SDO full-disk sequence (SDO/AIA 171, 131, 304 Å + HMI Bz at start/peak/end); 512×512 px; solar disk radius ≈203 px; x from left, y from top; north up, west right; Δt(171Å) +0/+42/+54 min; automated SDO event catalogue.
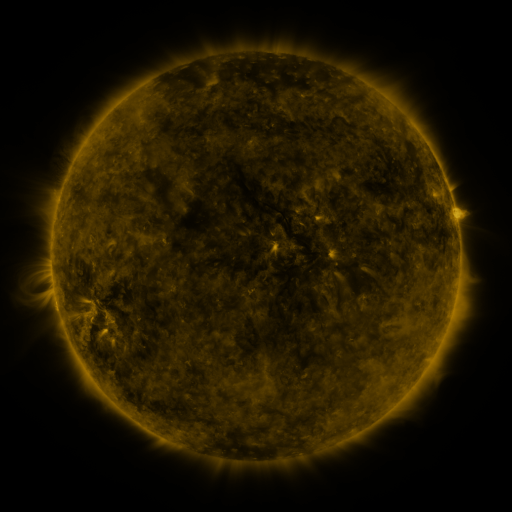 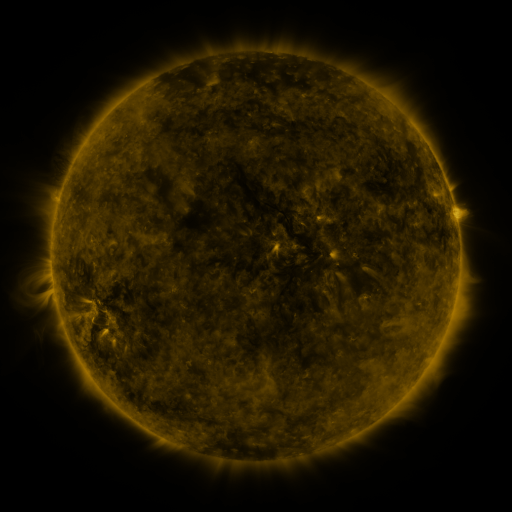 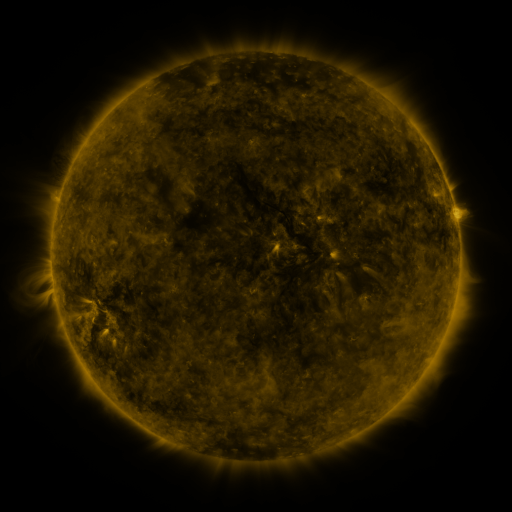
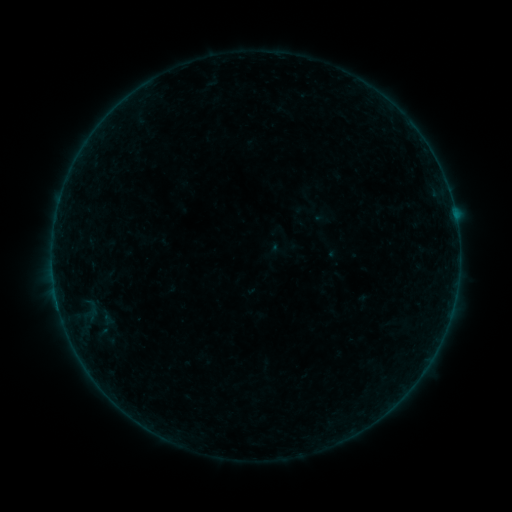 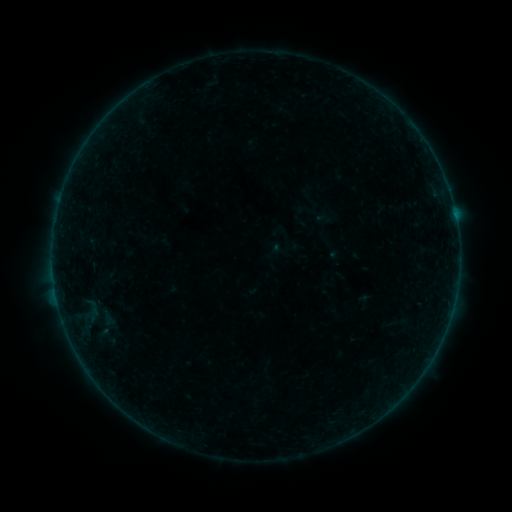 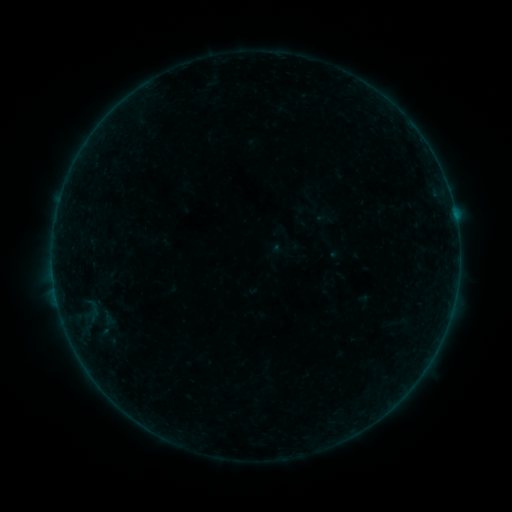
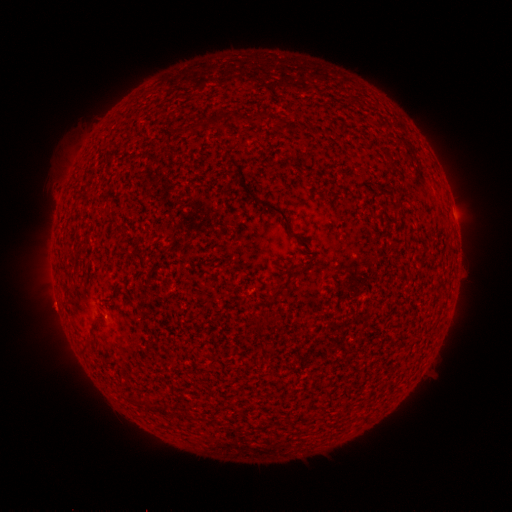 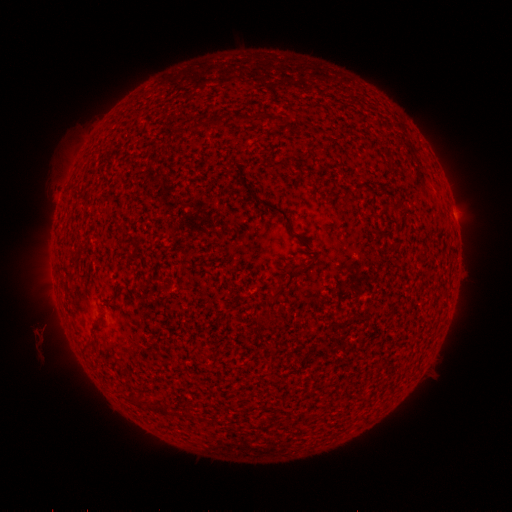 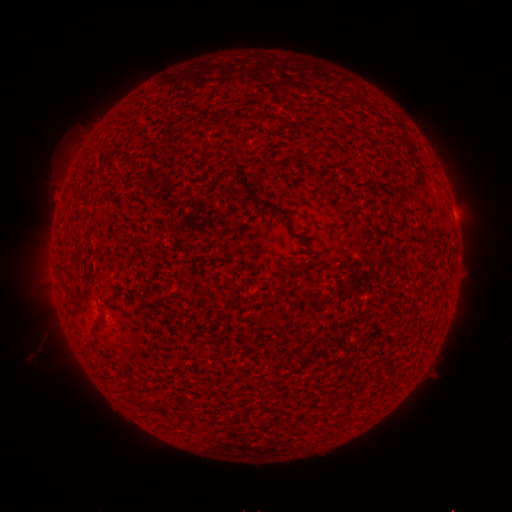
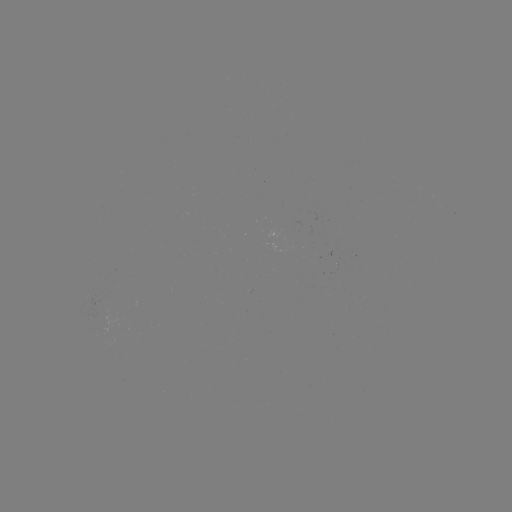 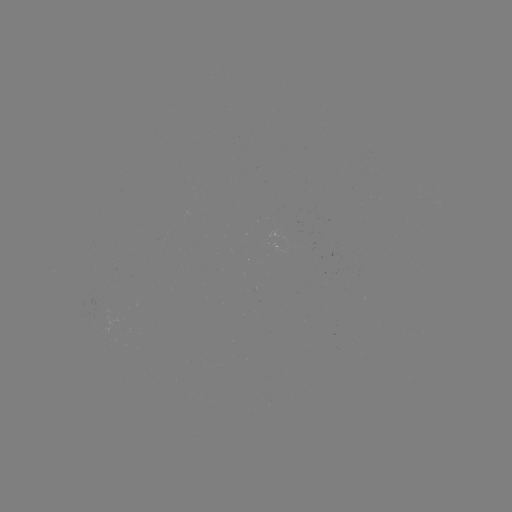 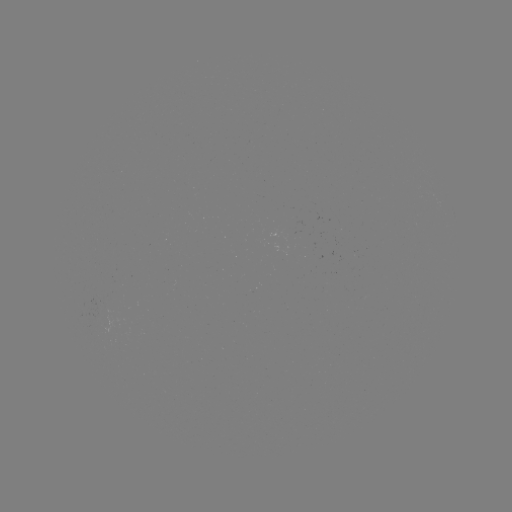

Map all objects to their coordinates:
B1.4 flare: (58, 302)
